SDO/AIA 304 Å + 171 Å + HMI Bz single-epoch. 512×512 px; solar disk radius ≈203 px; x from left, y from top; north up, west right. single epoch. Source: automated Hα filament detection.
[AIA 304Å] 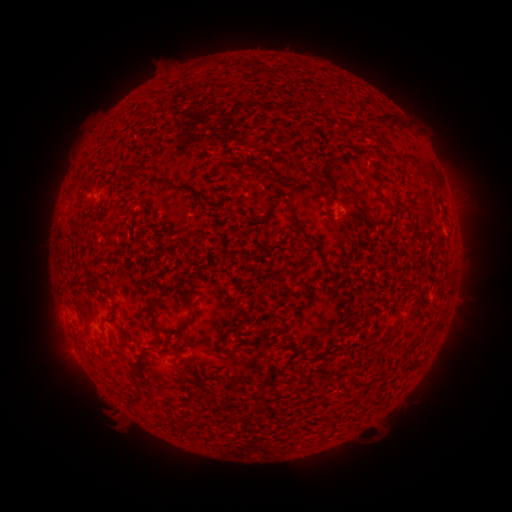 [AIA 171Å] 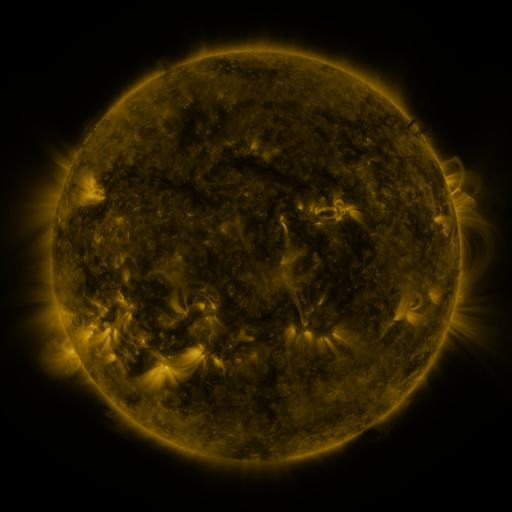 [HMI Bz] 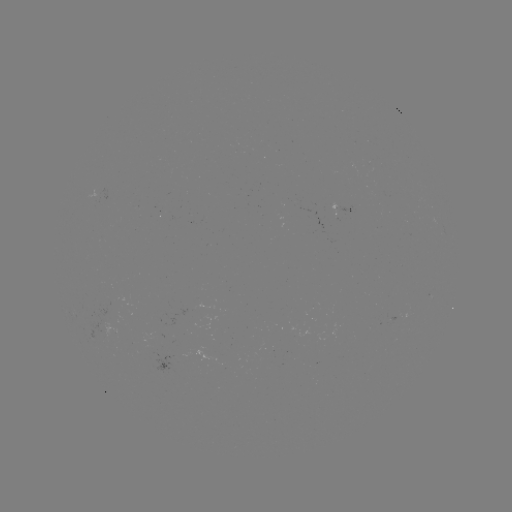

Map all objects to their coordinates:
filament: (371, 110, 402, 127)
filament: (389, 149, 415, 161)
filament: (131, 171, 190, 195)
filament: (425, 173, 434, 182)
filament: (287, 196, 304, 233)
filament: (360, 201, 372, 211)
filament: (75, 235, 86, 243)
filament: (172, 291, 181, 300)
filament: (148, 300, 155, 312)
filament: (270, 310, 283, 319)
filament: (152, 316, 161, 335)
filament: (177, 317, 195, 340)
filament: (432, 317, 443, 328)
filament: (428, 327, 439, 336)
filament: (214, 331, 228, 355)
filament: (341, 332, 349, 340)
filament: (267, 342, 286, 364)
filament: (225, 344, 243, 360)
filament: (410, 357, 423, 367)
filament: (181, 375, 191, 392)
filament: (261, 375, 273, 387)
filament: (135, 378, 146, 387)
